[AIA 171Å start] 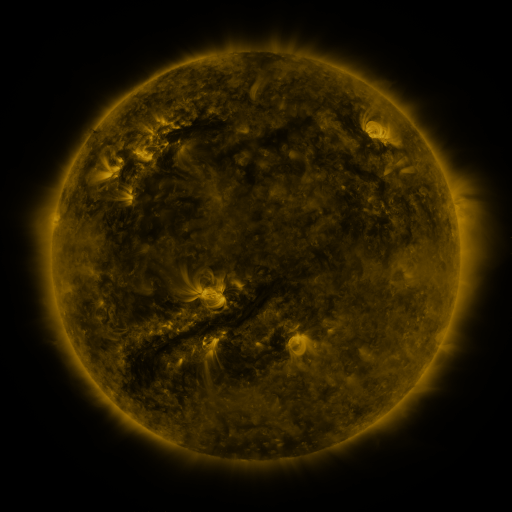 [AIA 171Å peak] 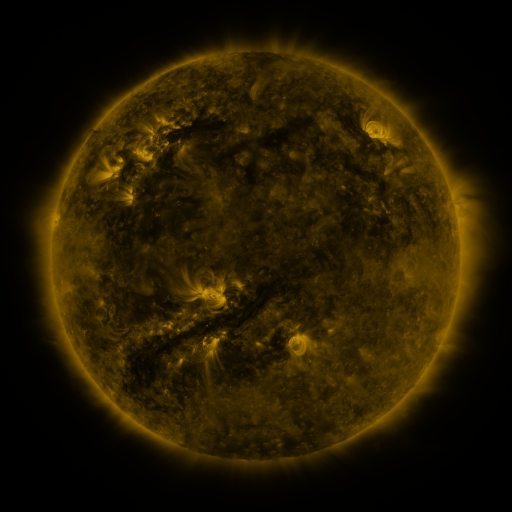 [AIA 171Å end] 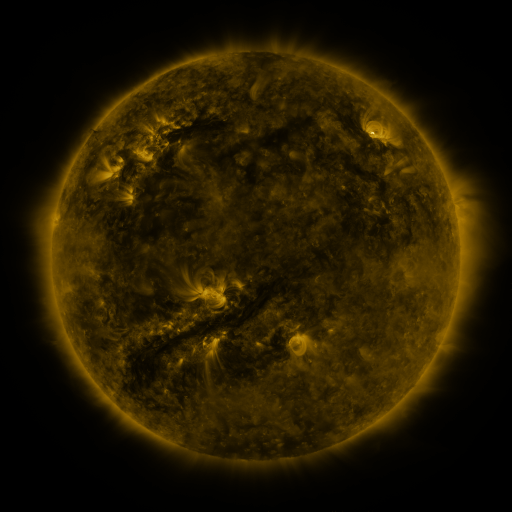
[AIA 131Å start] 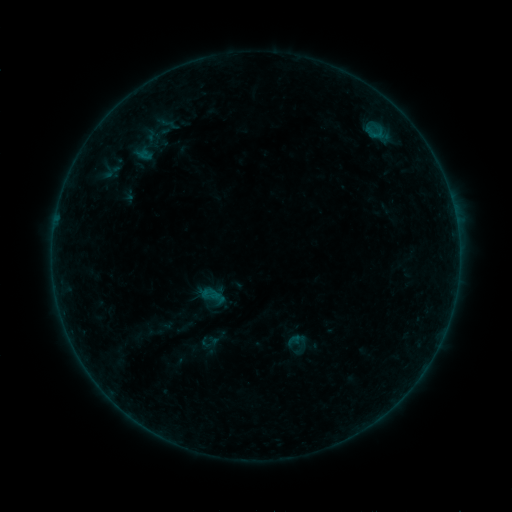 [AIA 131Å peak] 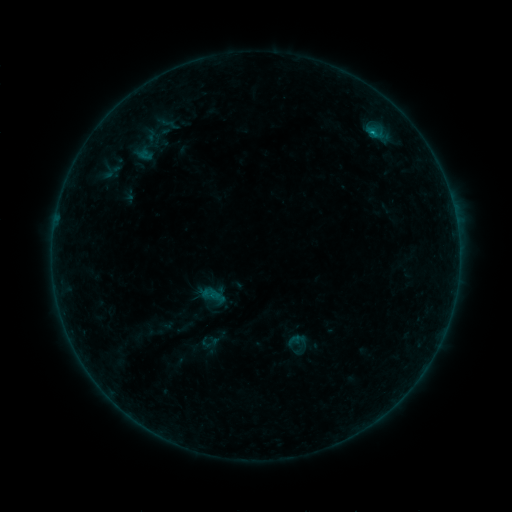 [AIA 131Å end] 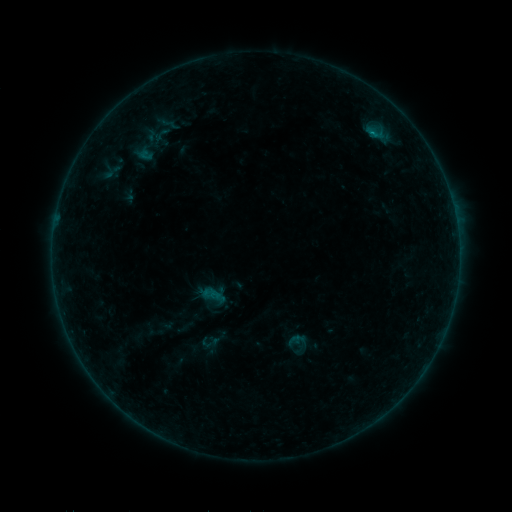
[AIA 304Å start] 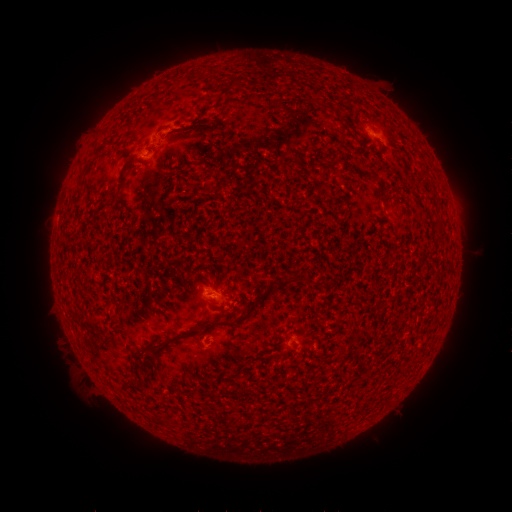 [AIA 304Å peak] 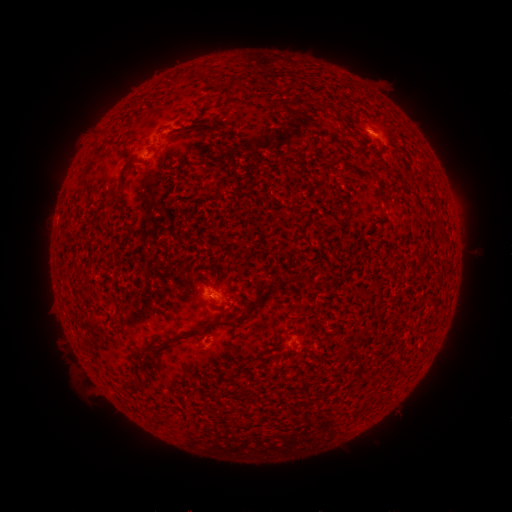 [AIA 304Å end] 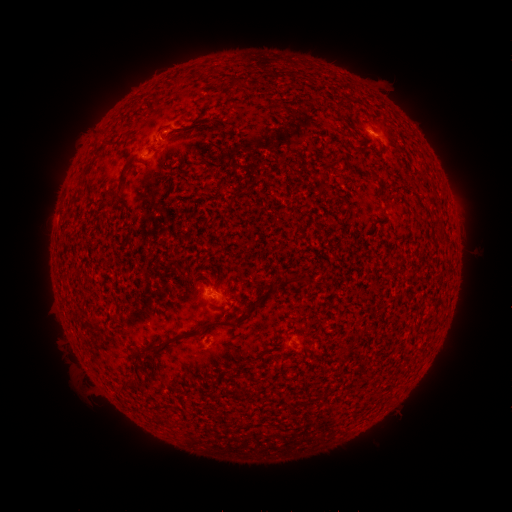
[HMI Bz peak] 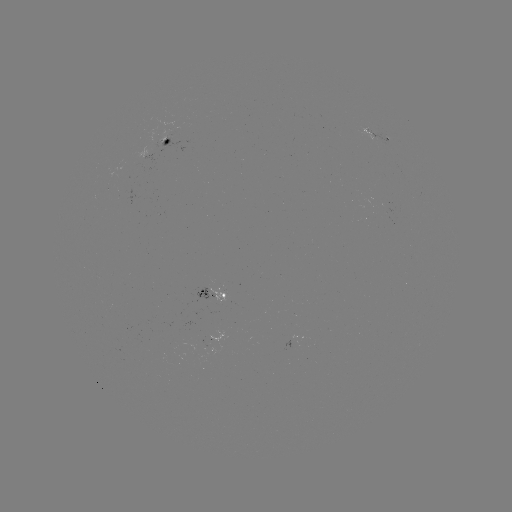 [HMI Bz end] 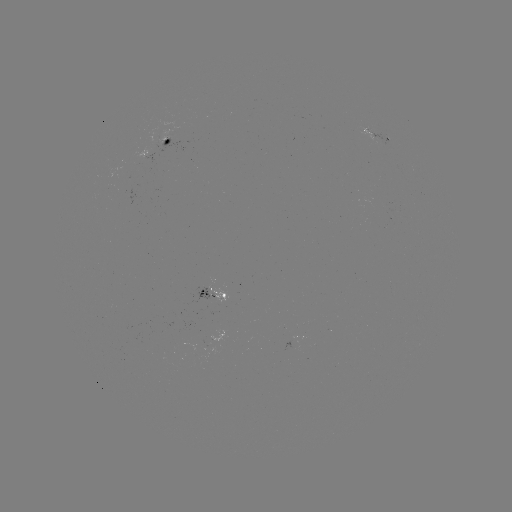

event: flare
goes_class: B3.3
